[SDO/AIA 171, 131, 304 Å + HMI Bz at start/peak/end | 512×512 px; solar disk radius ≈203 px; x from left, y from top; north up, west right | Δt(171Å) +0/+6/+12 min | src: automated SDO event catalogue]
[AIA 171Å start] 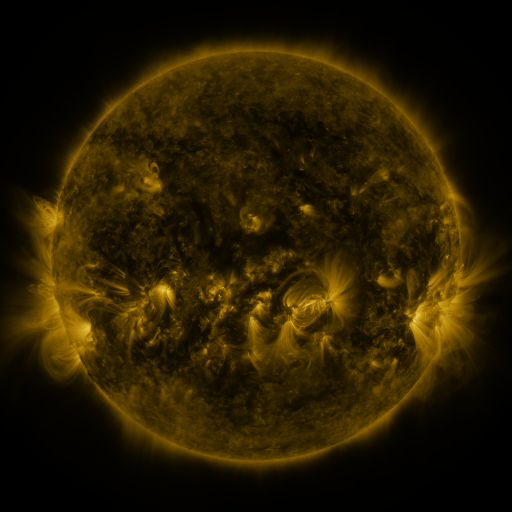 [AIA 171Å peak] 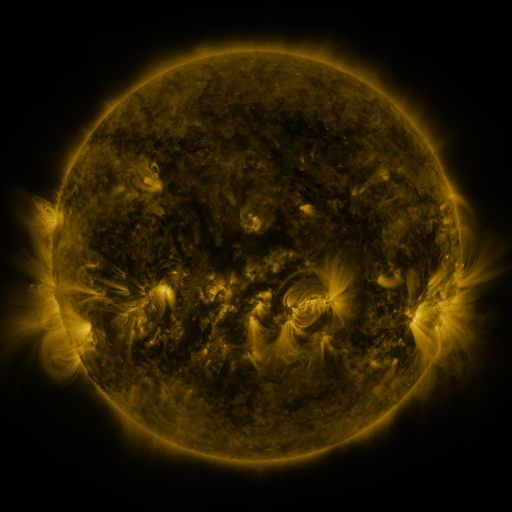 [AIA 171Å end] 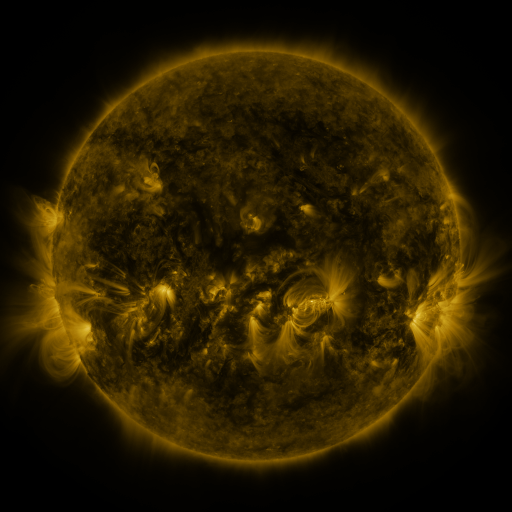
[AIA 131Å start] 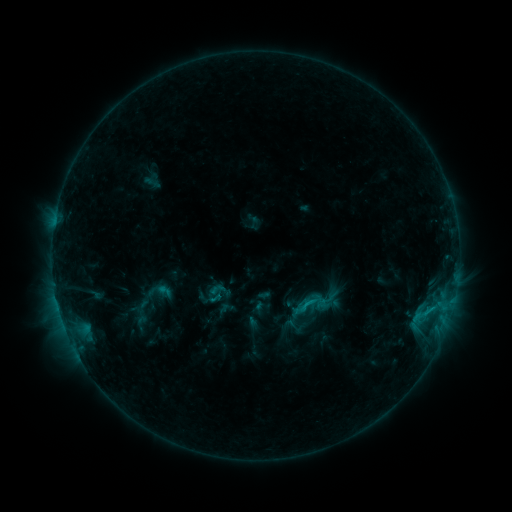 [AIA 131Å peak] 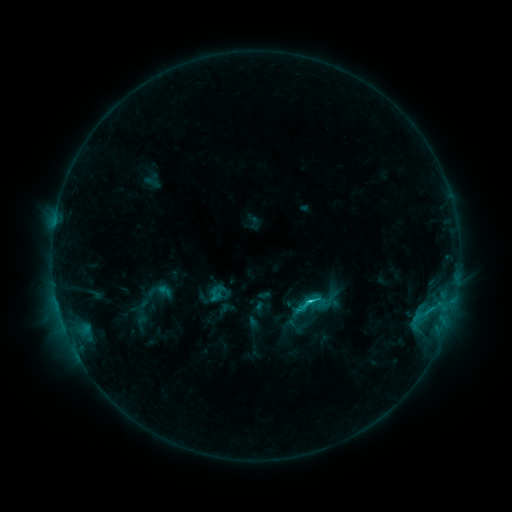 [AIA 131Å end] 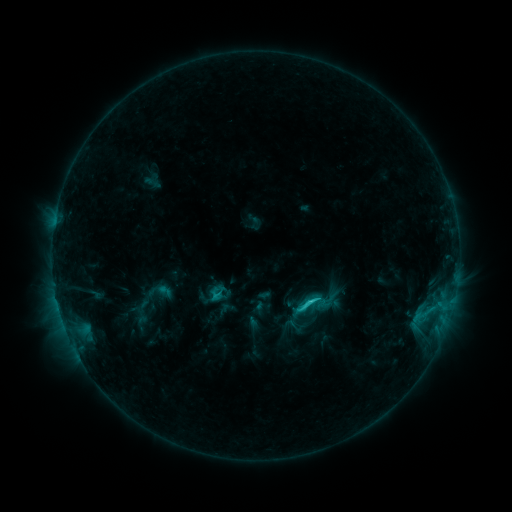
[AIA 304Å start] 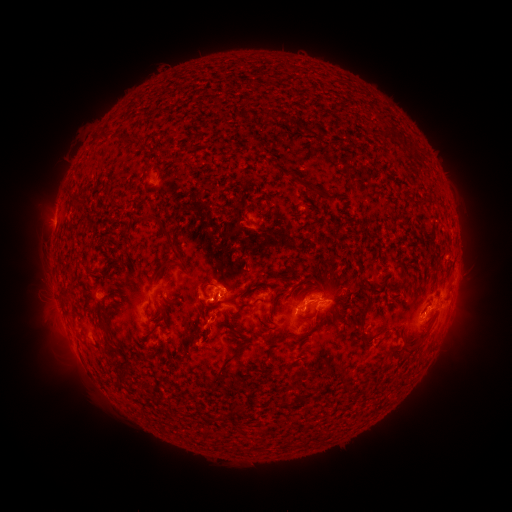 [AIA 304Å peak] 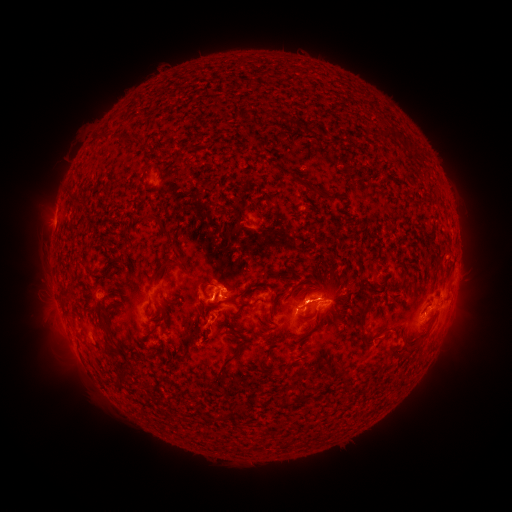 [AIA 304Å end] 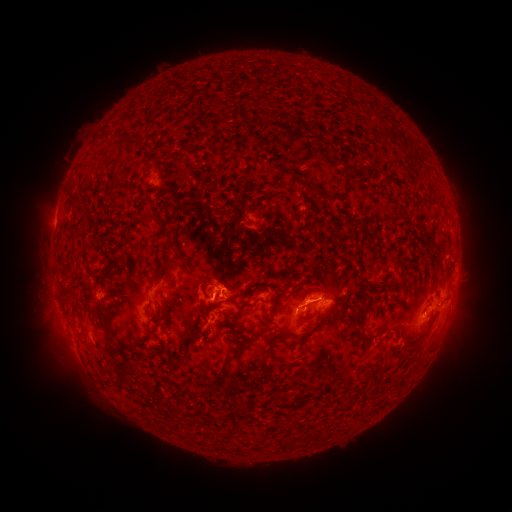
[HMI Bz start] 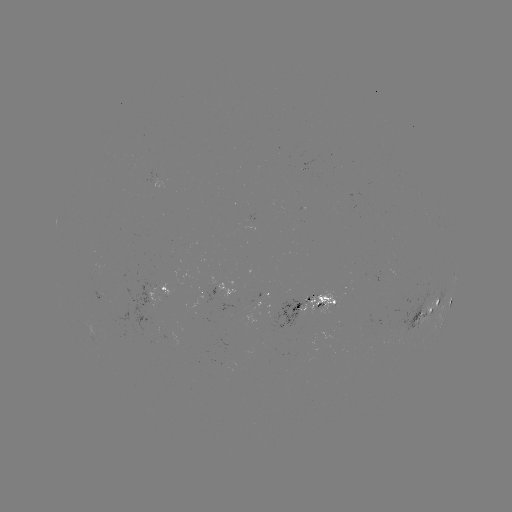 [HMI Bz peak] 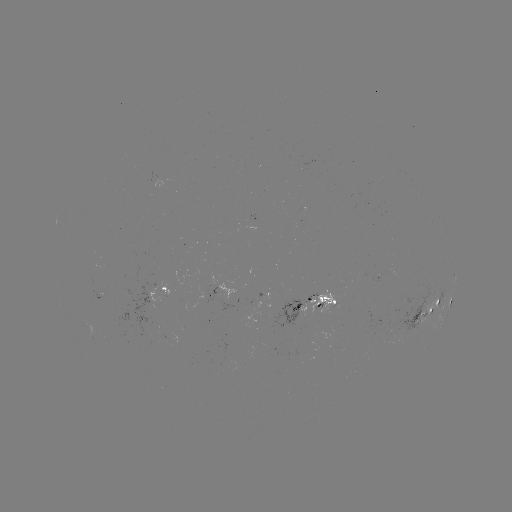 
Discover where C2.4 flare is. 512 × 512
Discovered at (310, 299).